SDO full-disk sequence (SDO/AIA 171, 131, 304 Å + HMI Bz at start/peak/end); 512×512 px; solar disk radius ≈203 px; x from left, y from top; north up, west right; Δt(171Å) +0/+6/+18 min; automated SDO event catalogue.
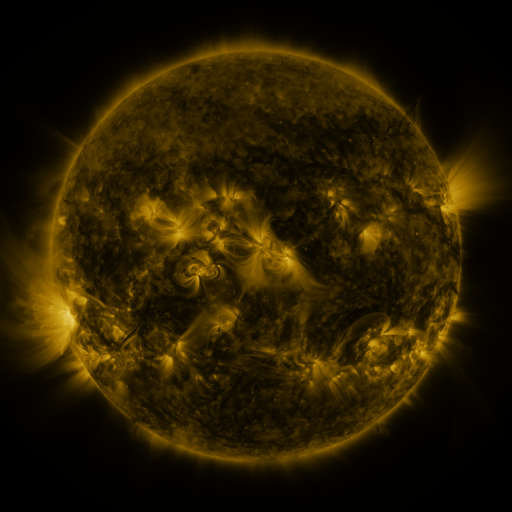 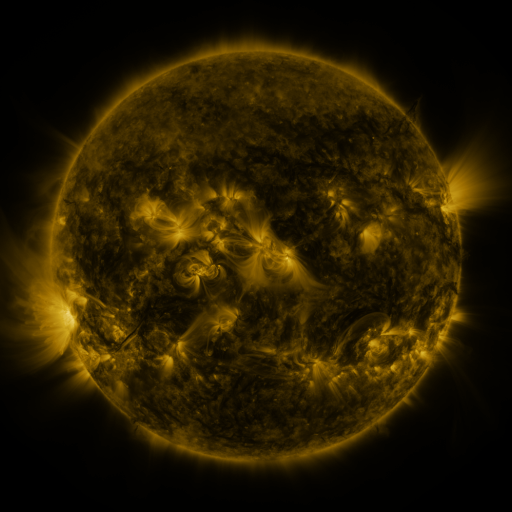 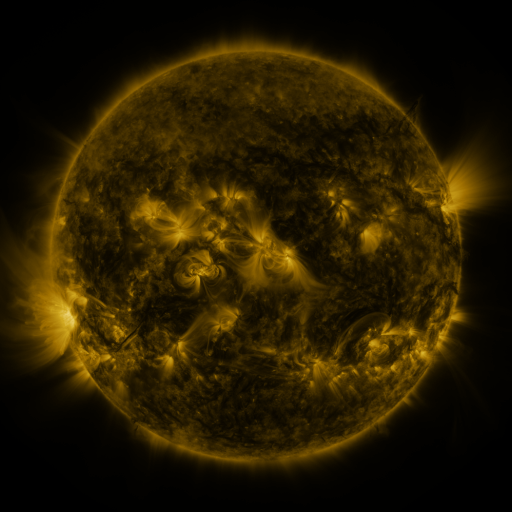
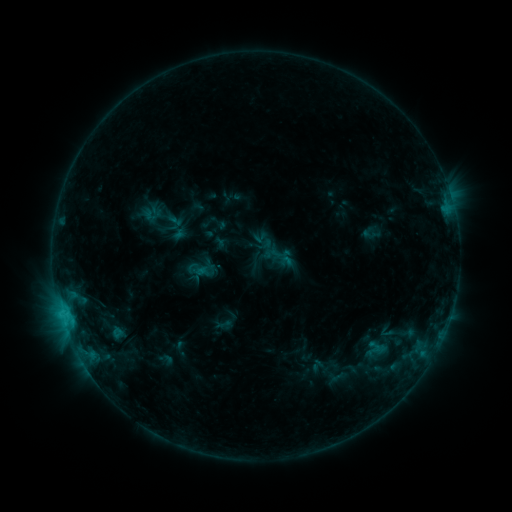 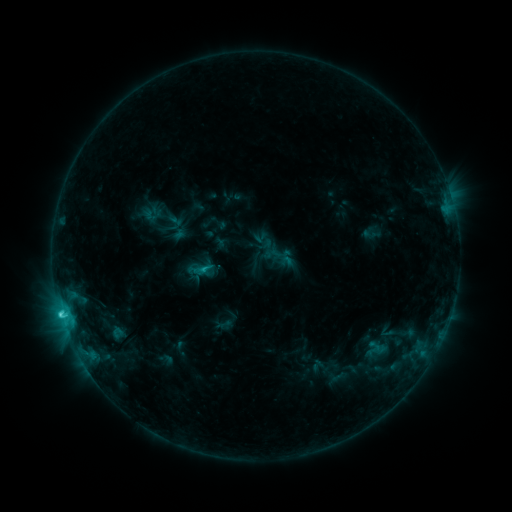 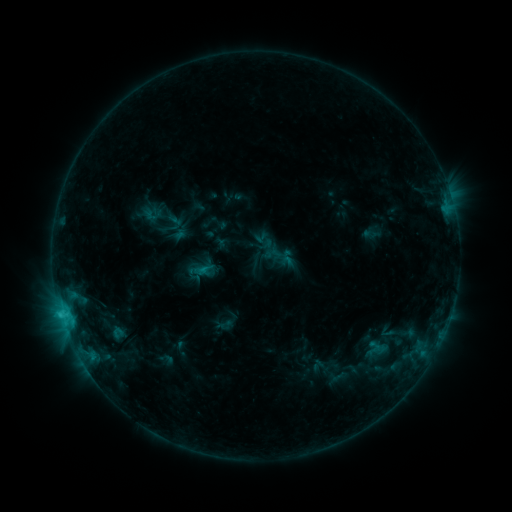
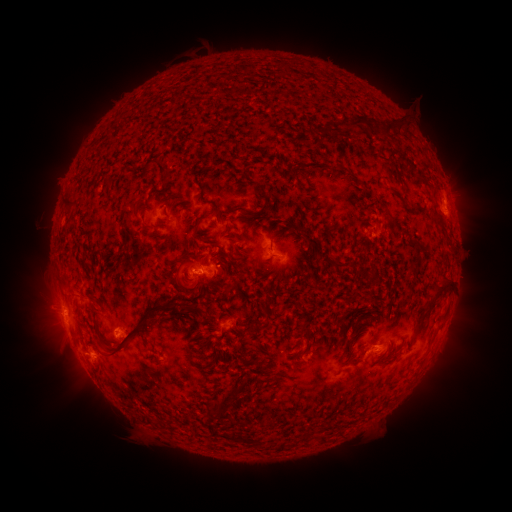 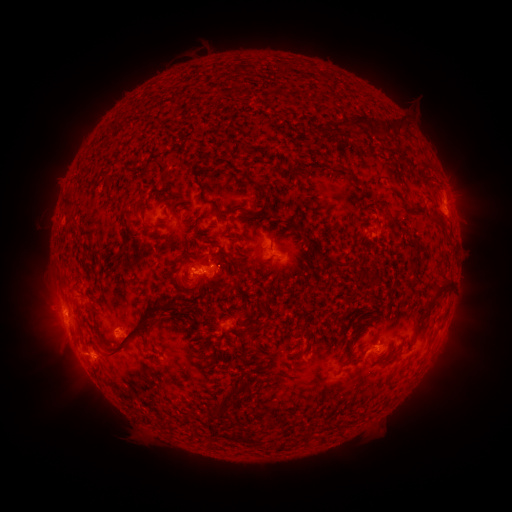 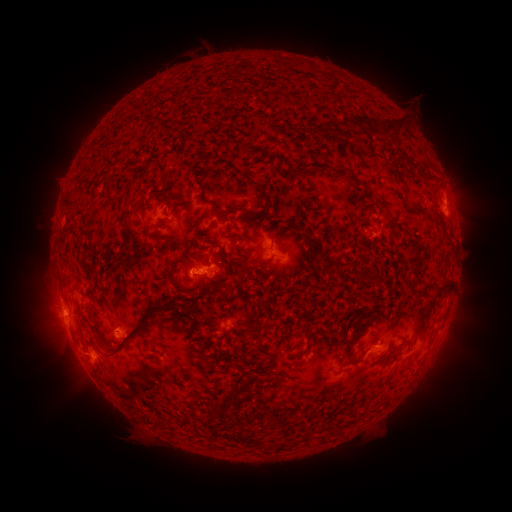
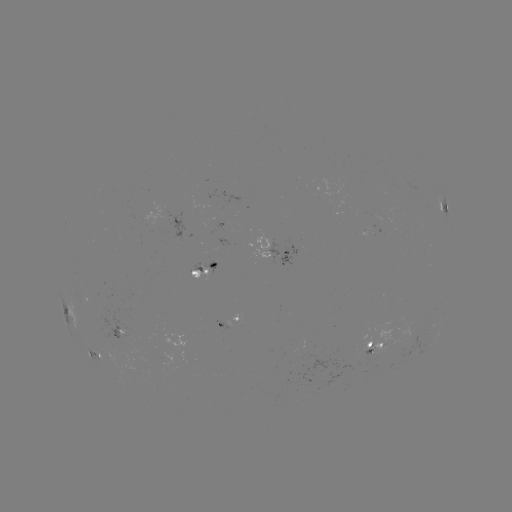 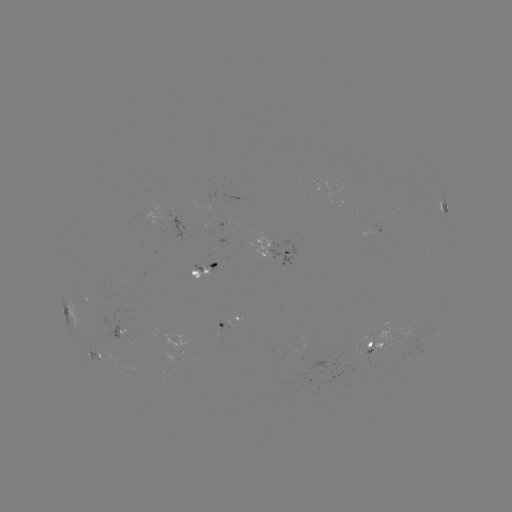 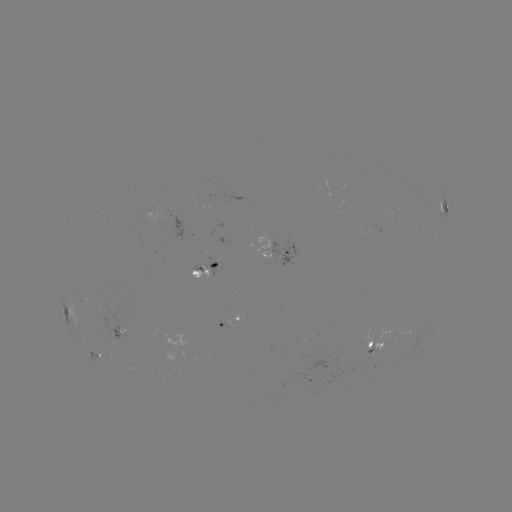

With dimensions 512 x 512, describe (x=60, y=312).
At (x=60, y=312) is C2.2 flare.